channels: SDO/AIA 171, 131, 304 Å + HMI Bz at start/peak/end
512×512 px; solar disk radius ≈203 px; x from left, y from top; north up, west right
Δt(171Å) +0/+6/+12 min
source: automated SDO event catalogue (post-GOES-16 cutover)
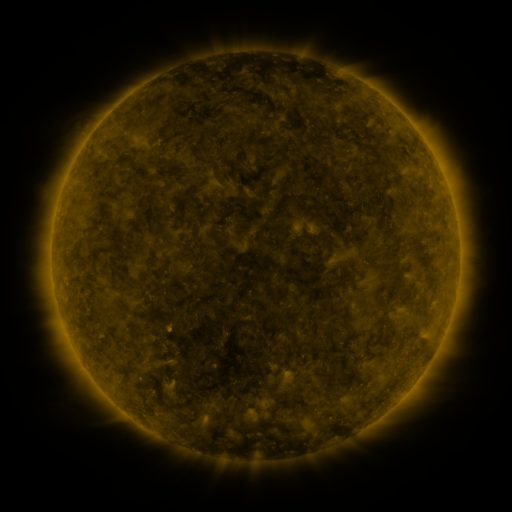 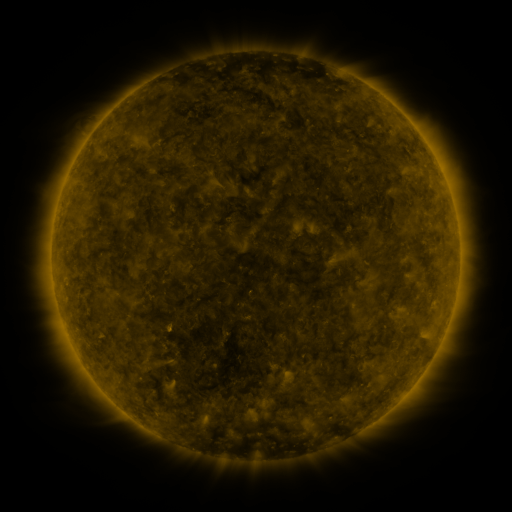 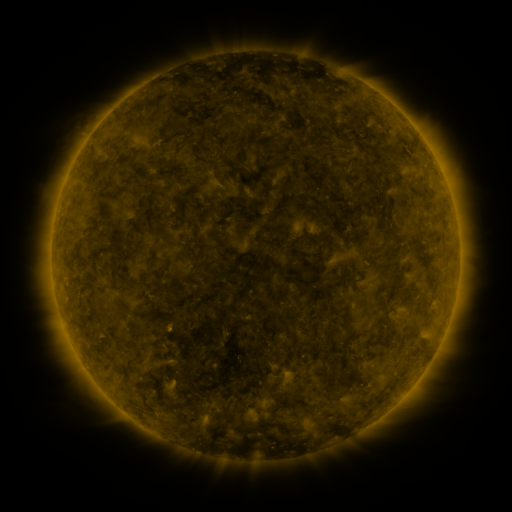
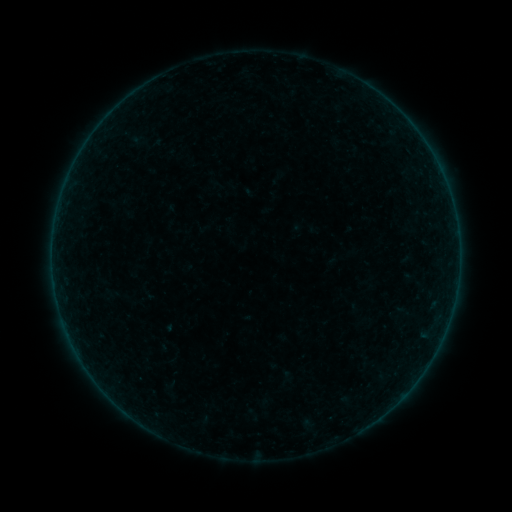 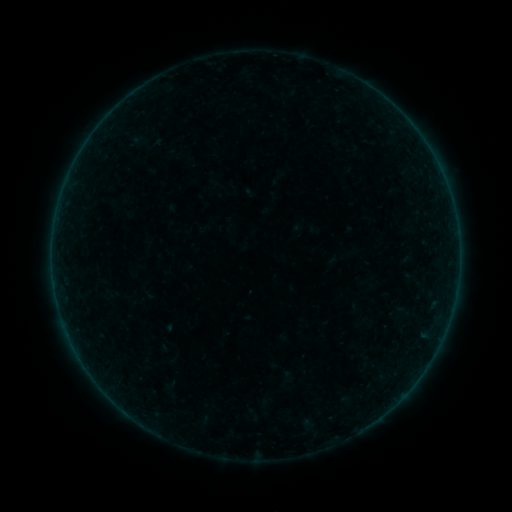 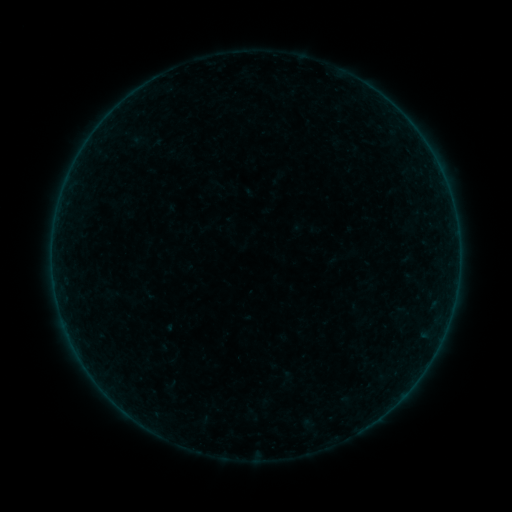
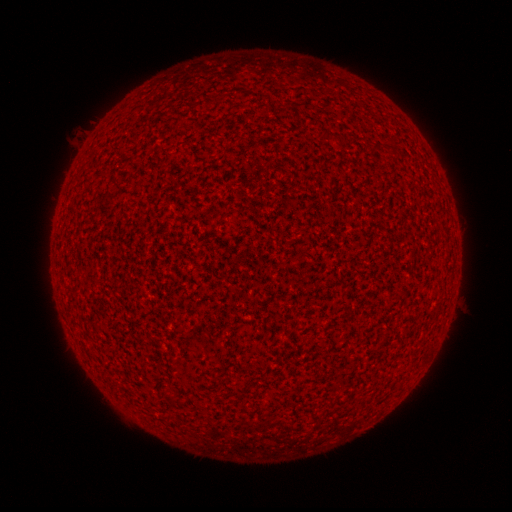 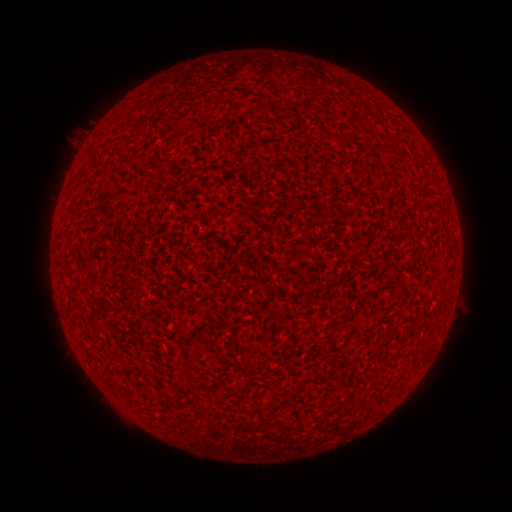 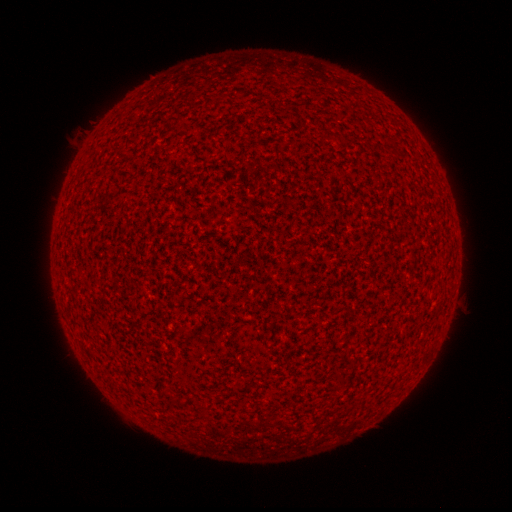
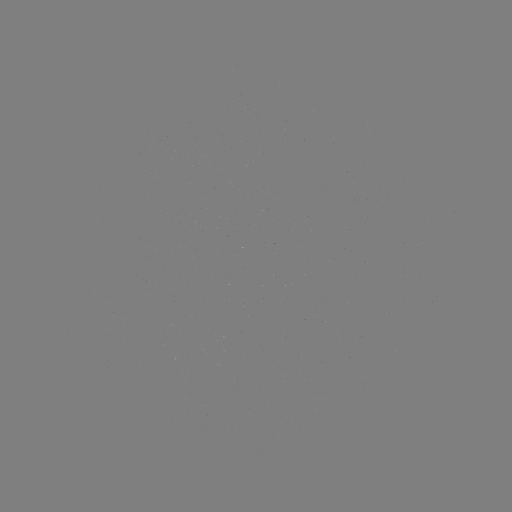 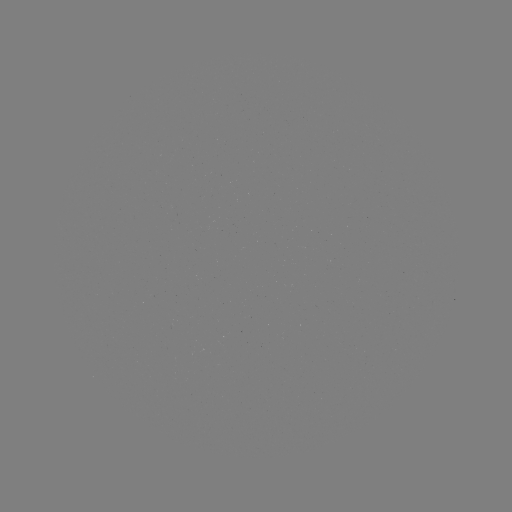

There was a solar flare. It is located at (54, 280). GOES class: A9.2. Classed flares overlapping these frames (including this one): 1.